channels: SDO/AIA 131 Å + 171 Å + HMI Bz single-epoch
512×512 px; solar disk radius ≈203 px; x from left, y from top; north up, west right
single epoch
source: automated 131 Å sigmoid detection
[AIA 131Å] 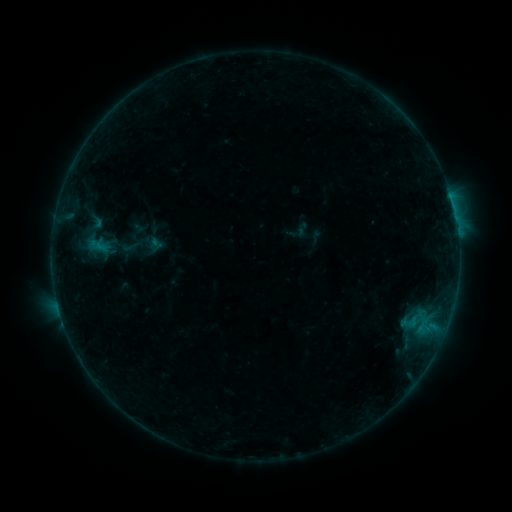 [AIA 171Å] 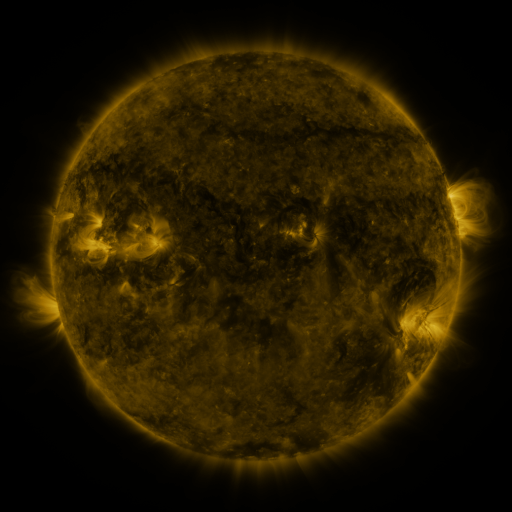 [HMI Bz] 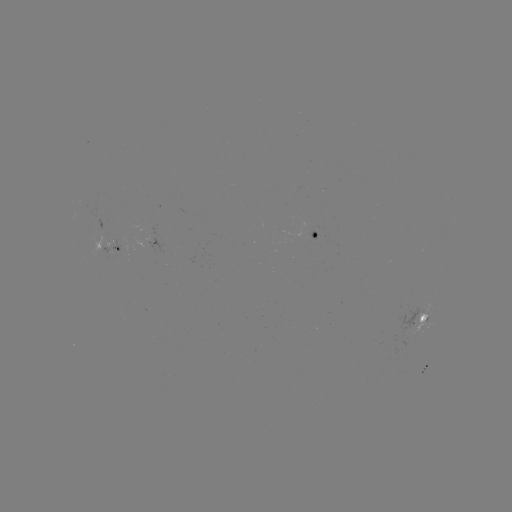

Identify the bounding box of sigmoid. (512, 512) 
[121, 236, 139, 257].